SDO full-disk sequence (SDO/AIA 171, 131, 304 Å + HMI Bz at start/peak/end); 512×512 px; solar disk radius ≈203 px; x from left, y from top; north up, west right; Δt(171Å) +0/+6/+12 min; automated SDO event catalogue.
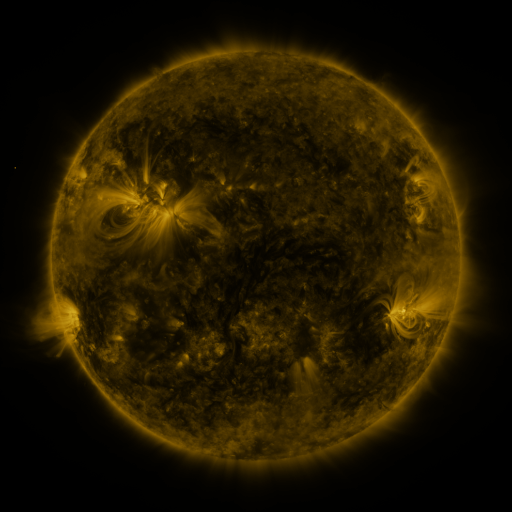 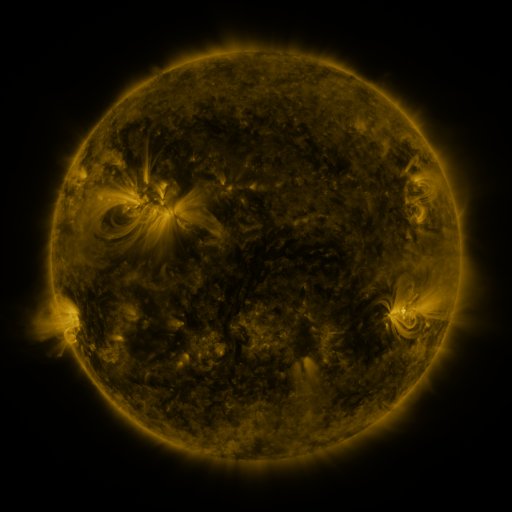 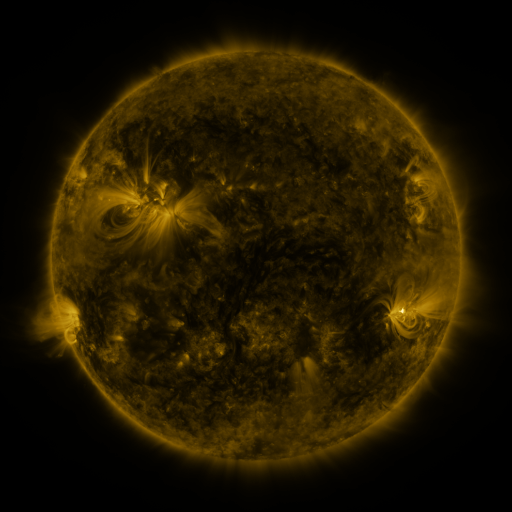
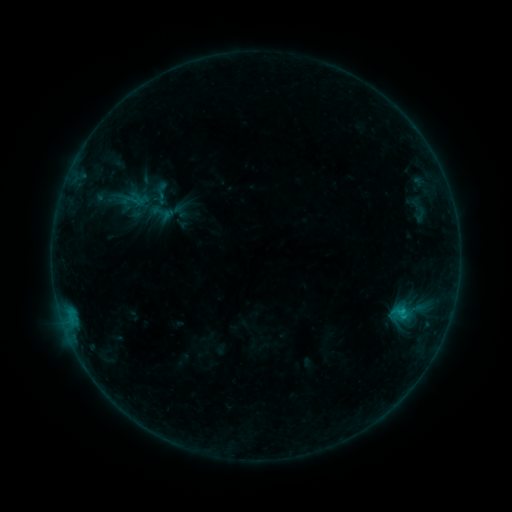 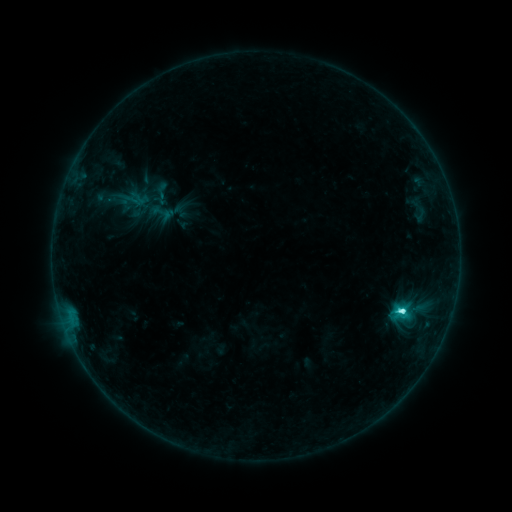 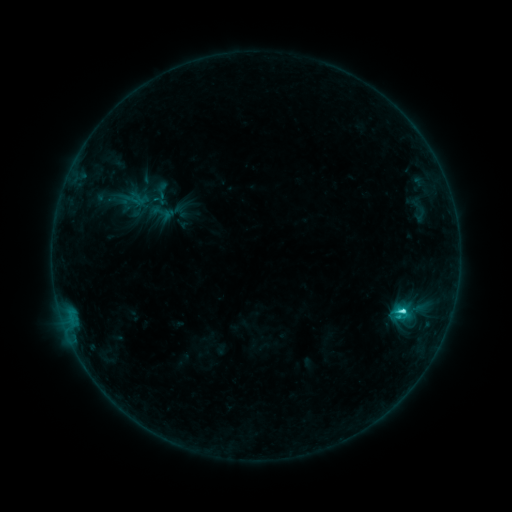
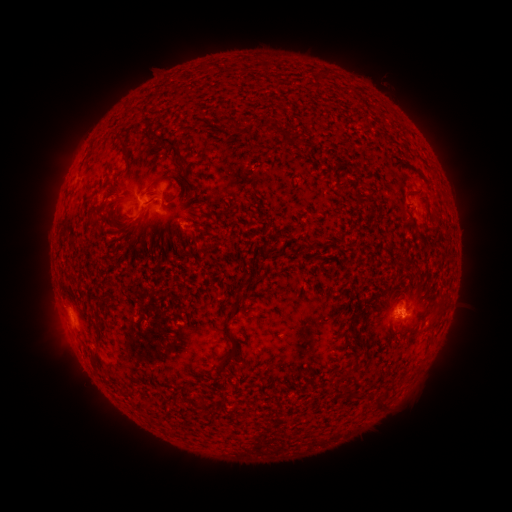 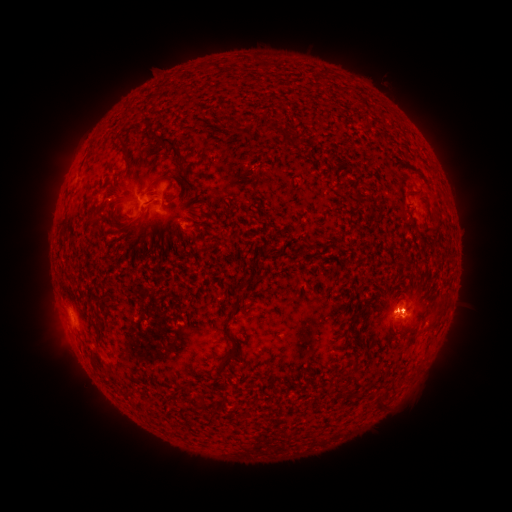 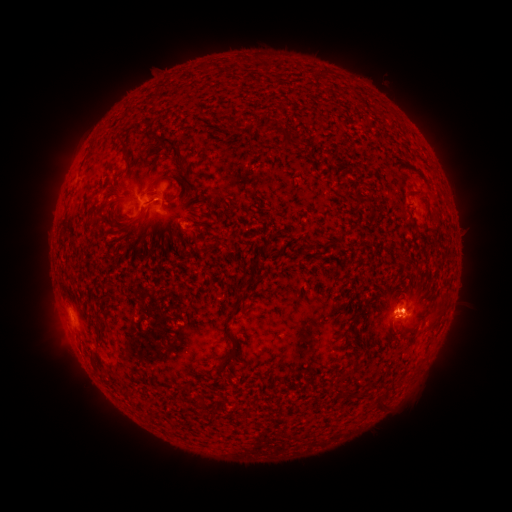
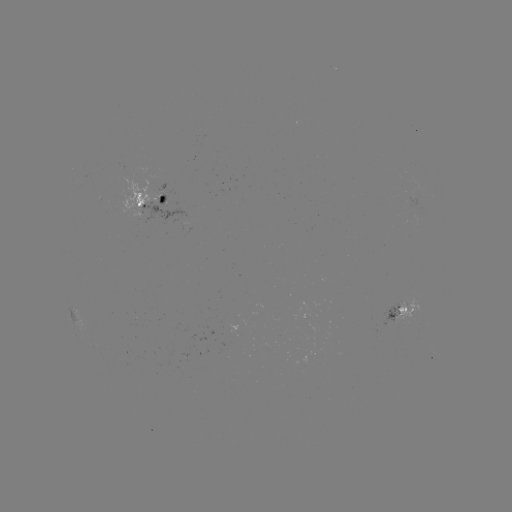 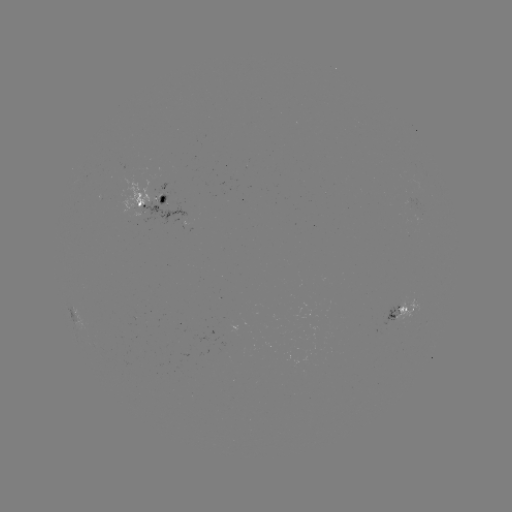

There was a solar flare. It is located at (402, 308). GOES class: C3.9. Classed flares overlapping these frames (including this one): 1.